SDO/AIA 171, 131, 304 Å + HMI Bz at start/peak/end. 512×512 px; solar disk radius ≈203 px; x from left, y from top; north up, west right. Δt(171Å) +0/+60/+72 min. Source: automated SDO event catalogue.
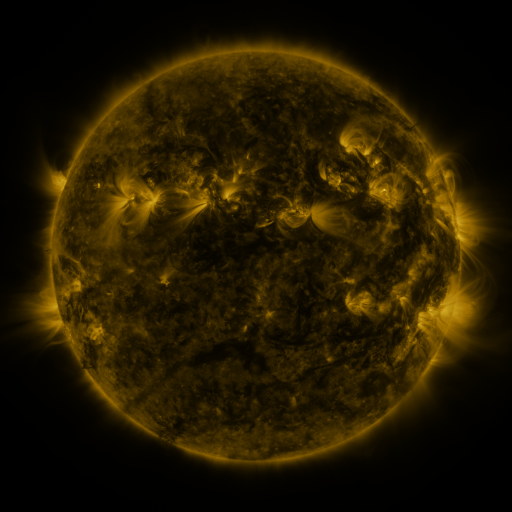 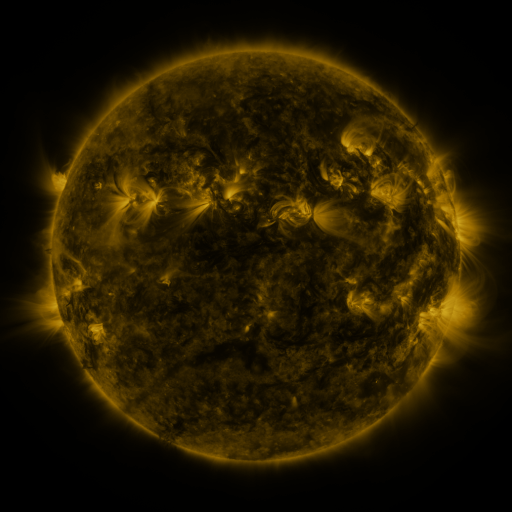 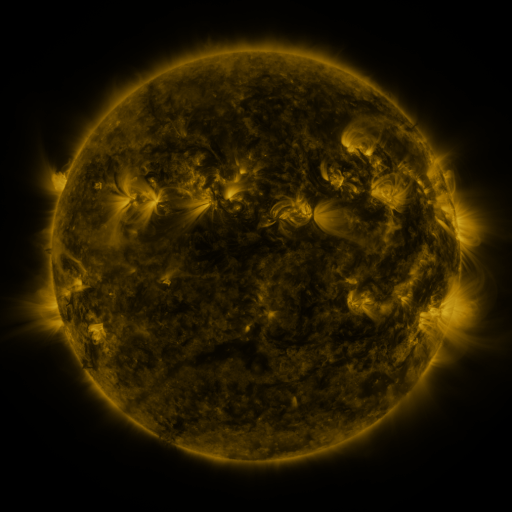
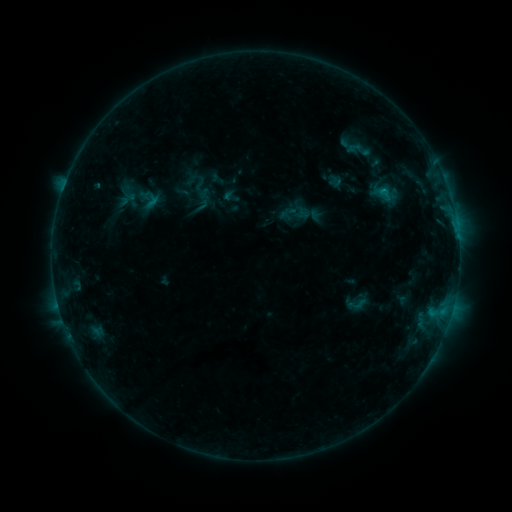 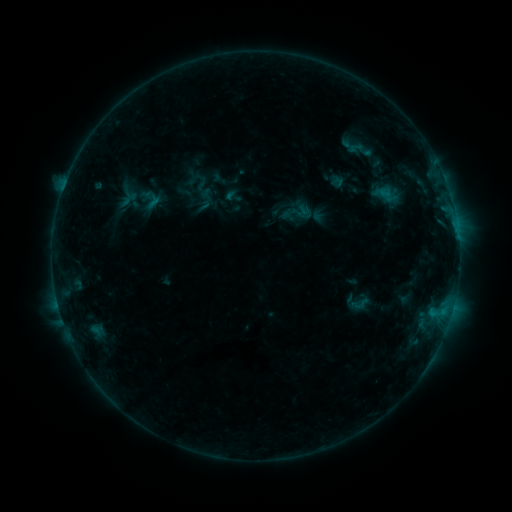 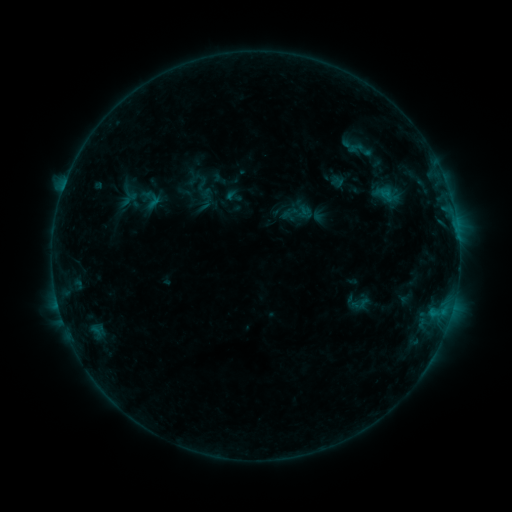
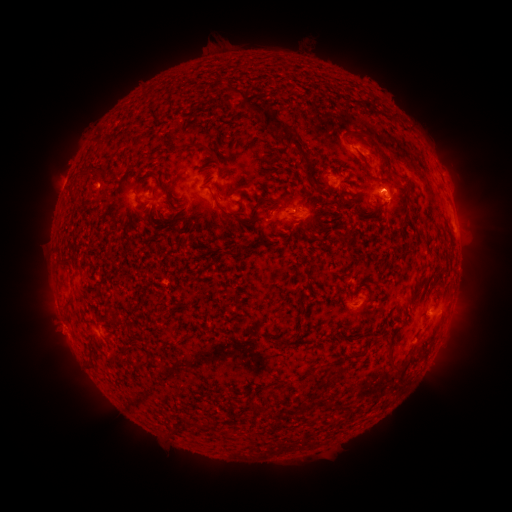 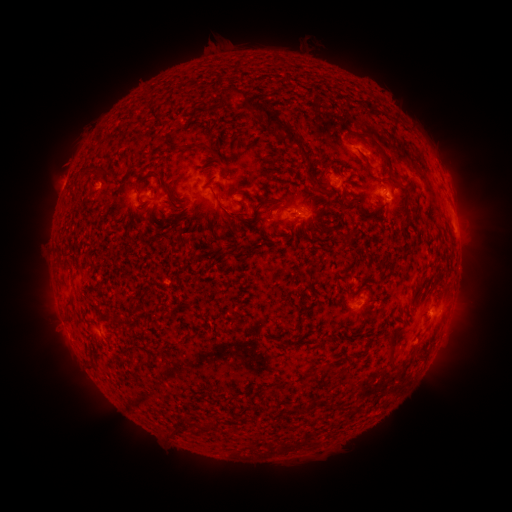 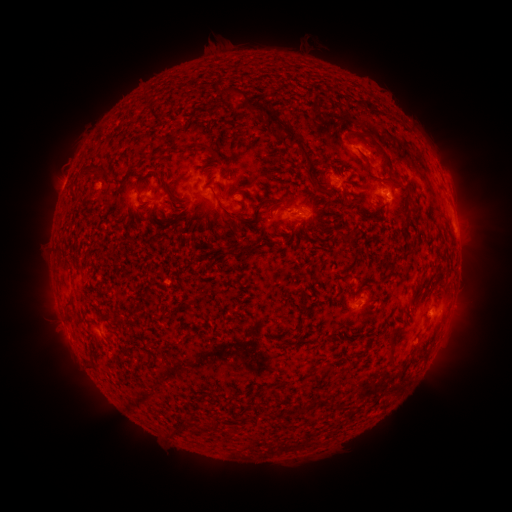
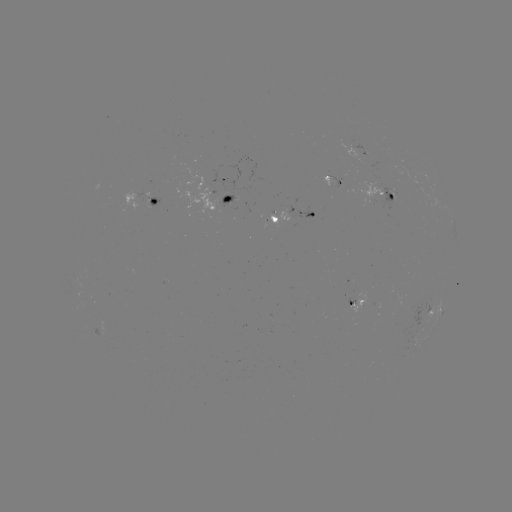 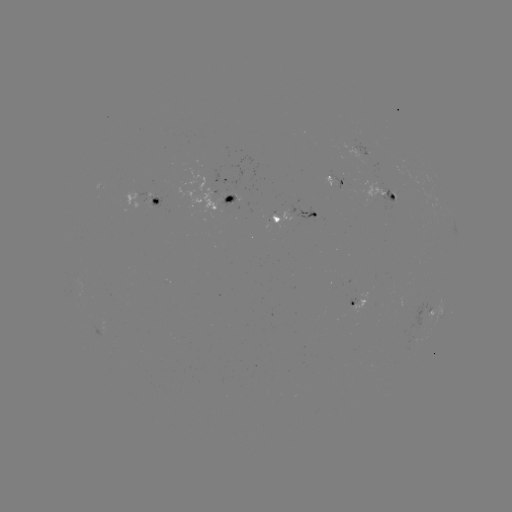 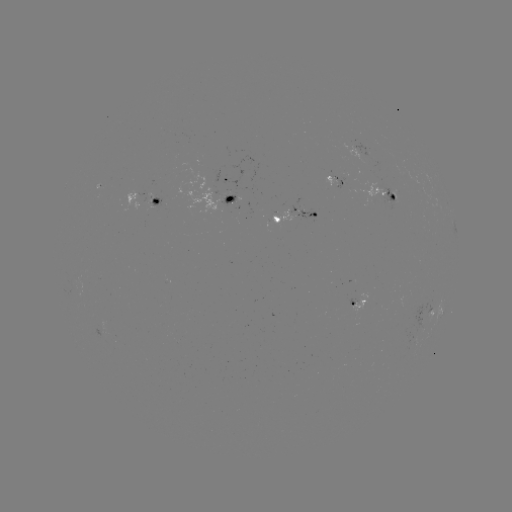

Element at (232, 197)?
emerging-flux region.